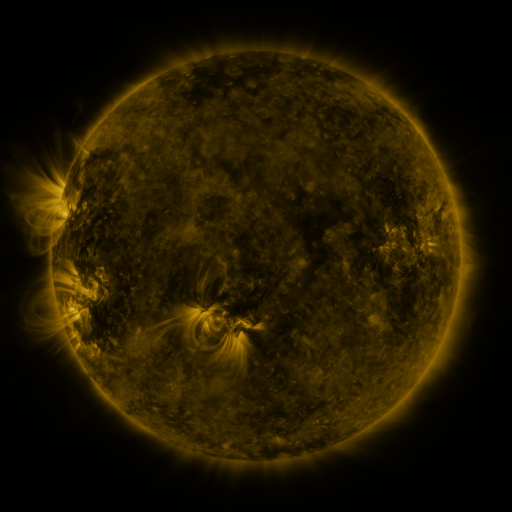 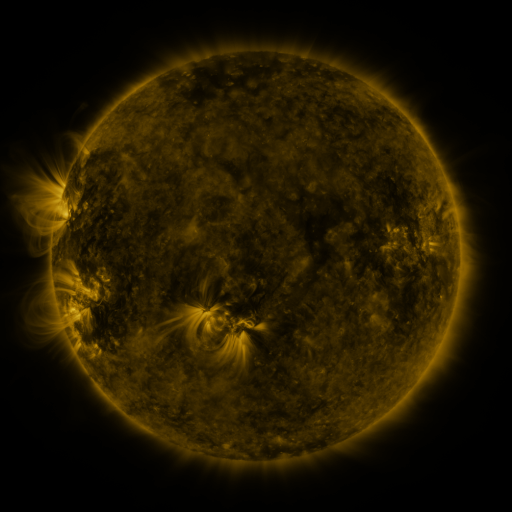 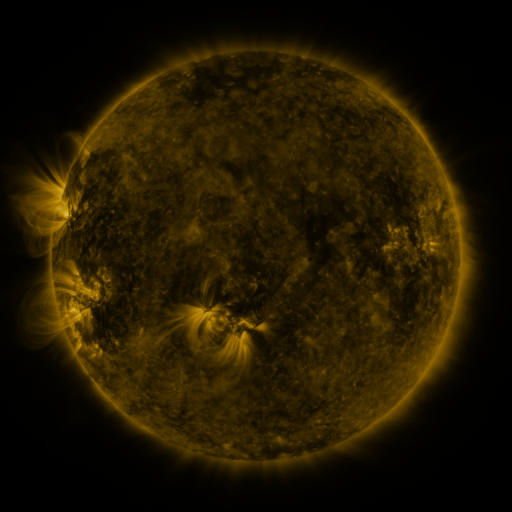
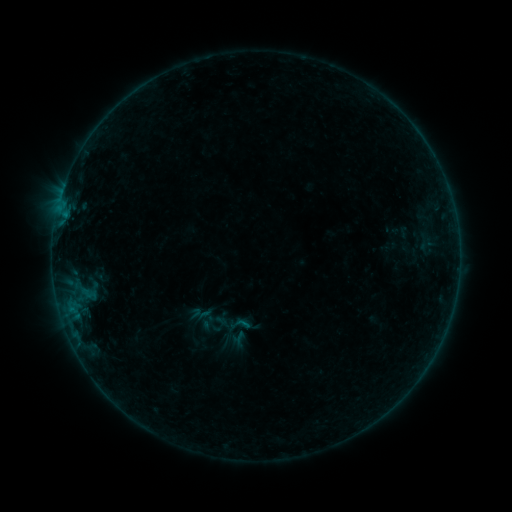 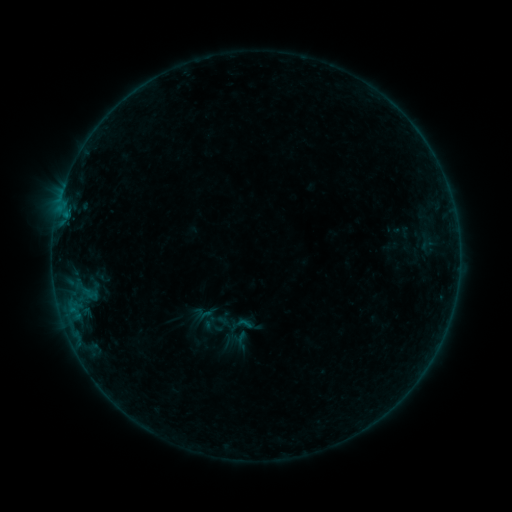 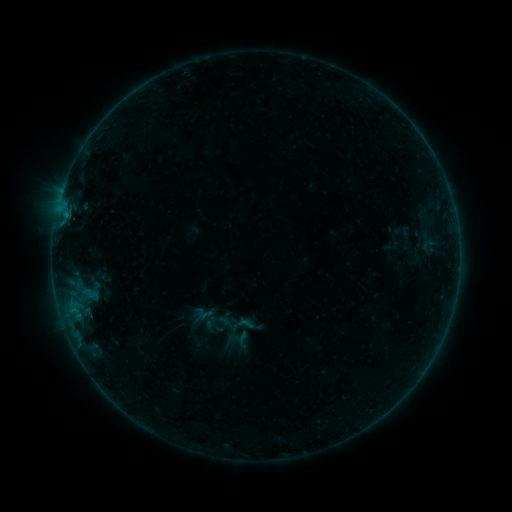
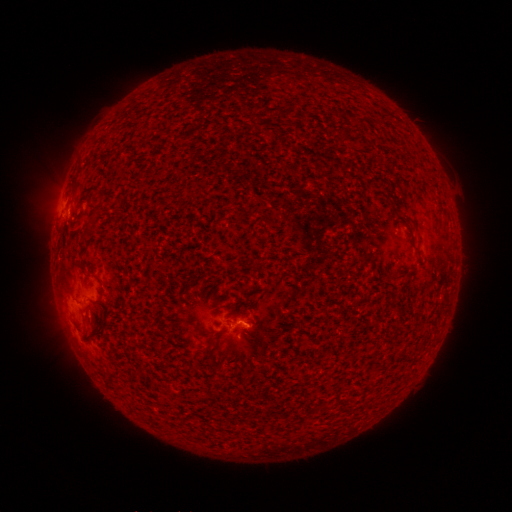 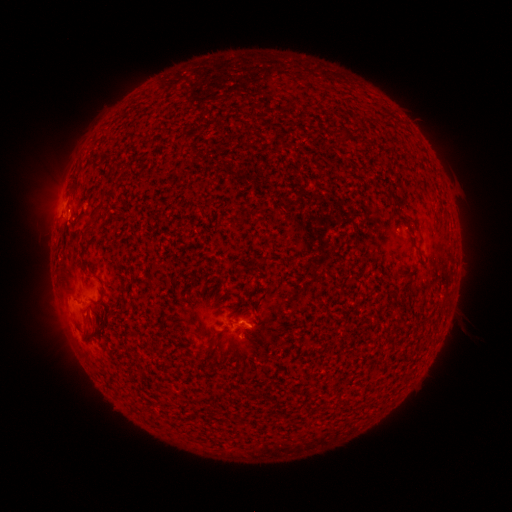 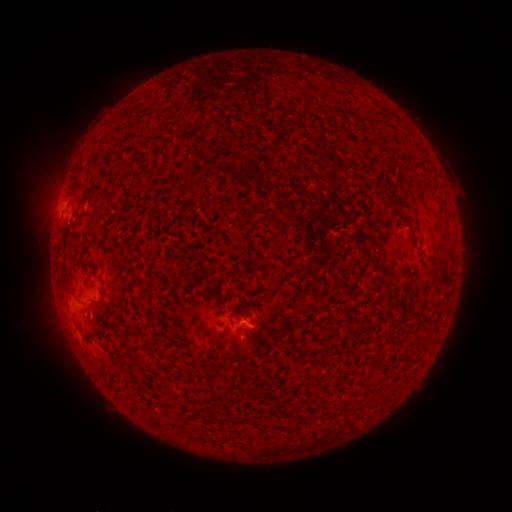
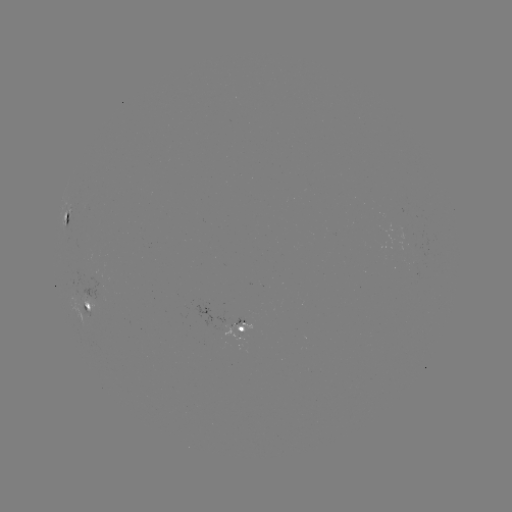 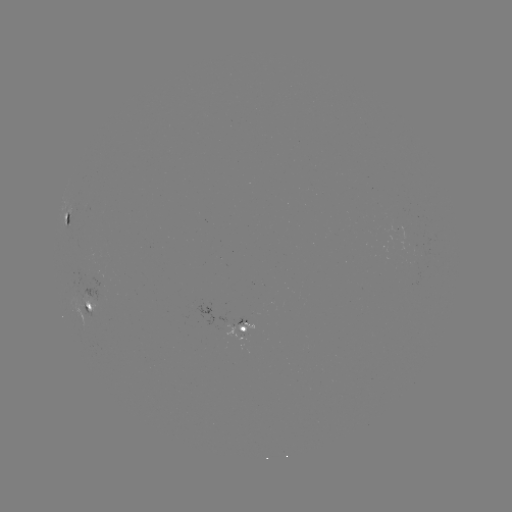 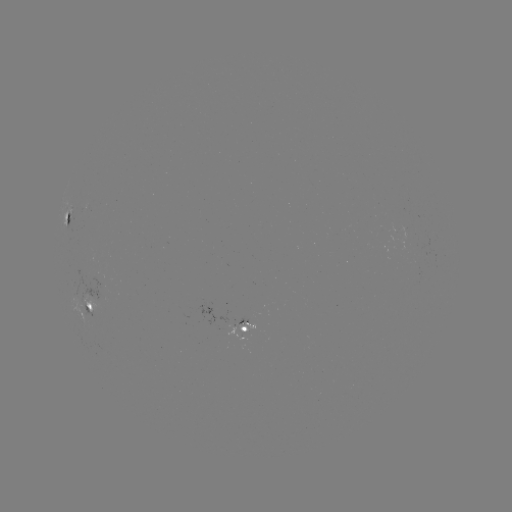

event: emerging-flux region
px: (246, 318)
